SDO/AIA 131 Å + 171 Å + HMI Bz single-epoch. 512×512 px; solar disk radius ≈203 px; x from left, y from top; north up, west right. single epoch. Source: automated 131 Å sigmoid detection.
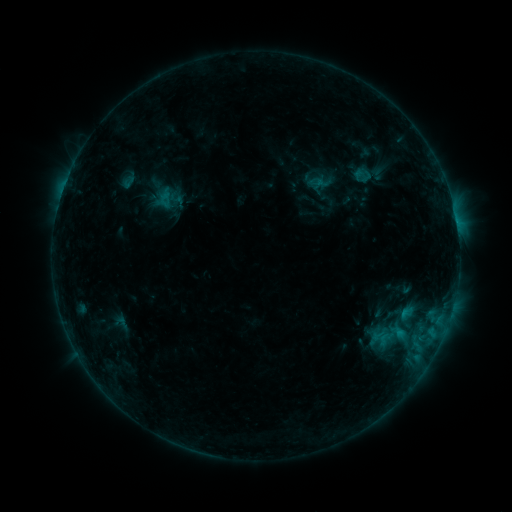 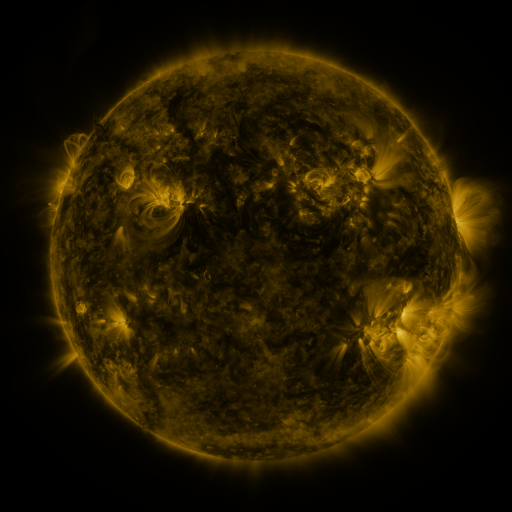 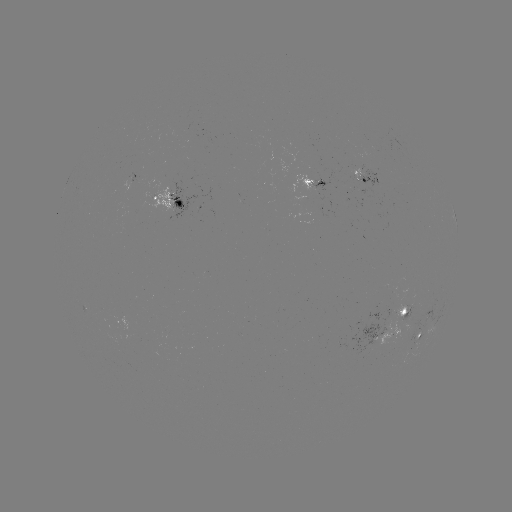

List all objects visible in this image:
sigmoid: (364, 174)
